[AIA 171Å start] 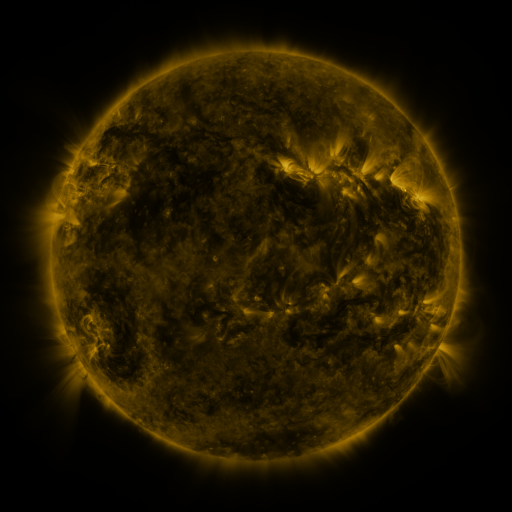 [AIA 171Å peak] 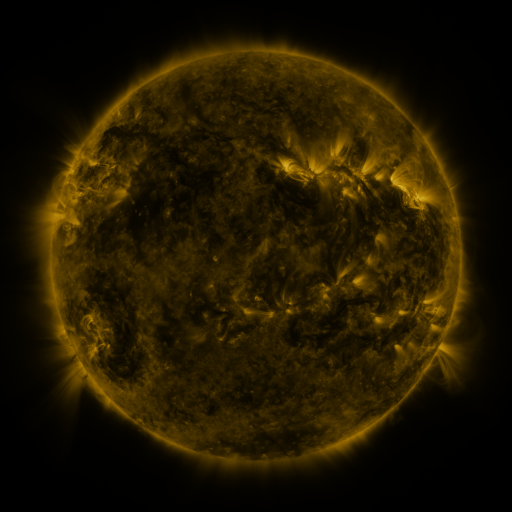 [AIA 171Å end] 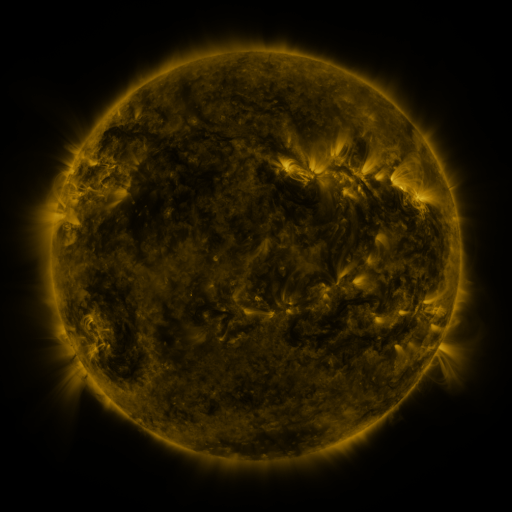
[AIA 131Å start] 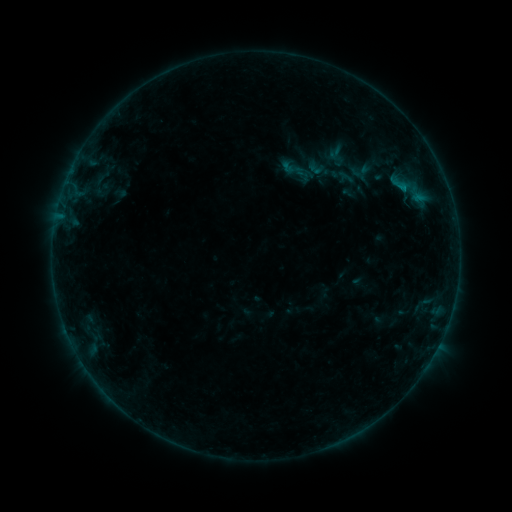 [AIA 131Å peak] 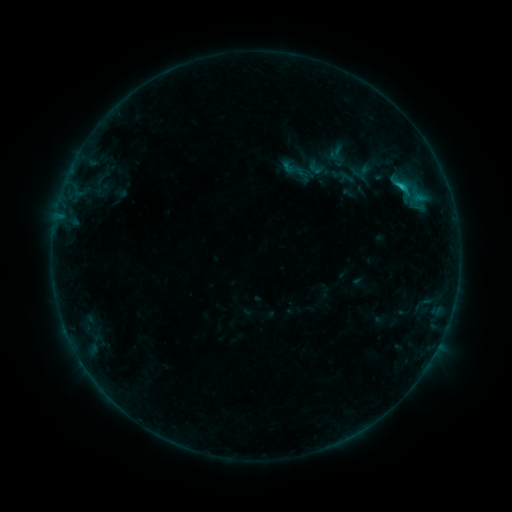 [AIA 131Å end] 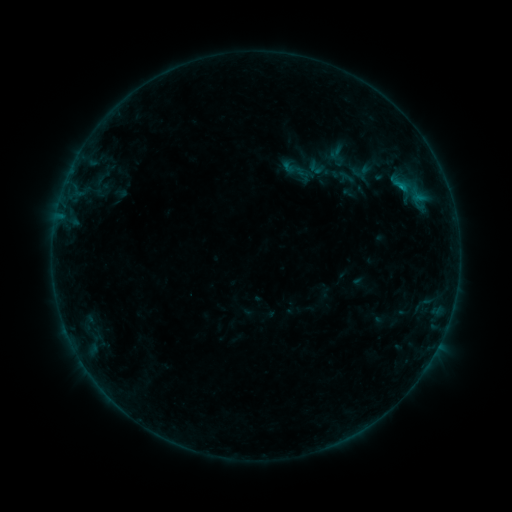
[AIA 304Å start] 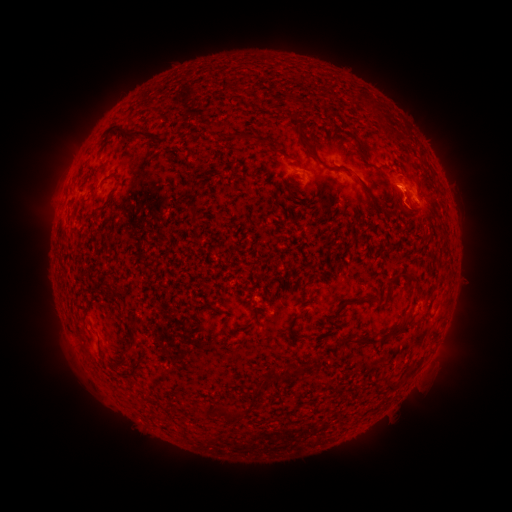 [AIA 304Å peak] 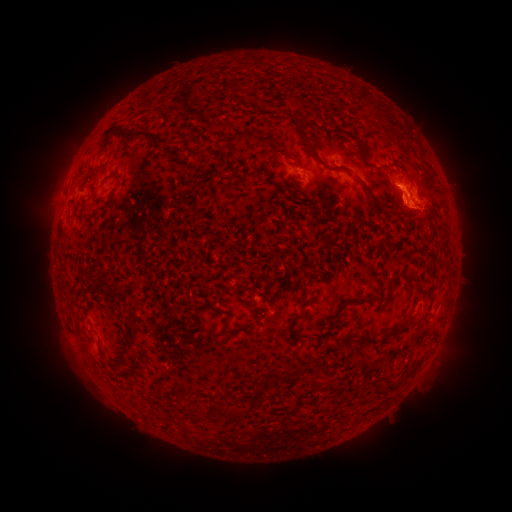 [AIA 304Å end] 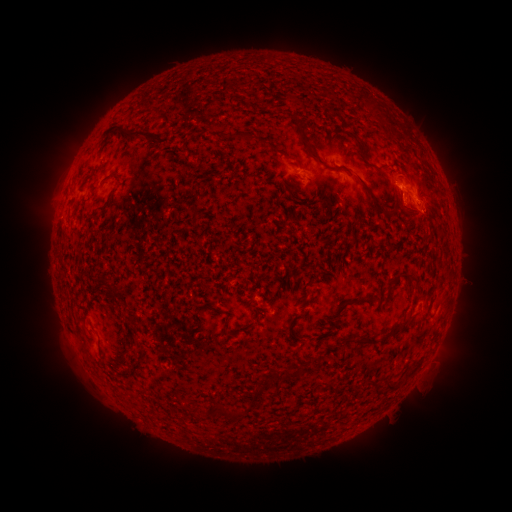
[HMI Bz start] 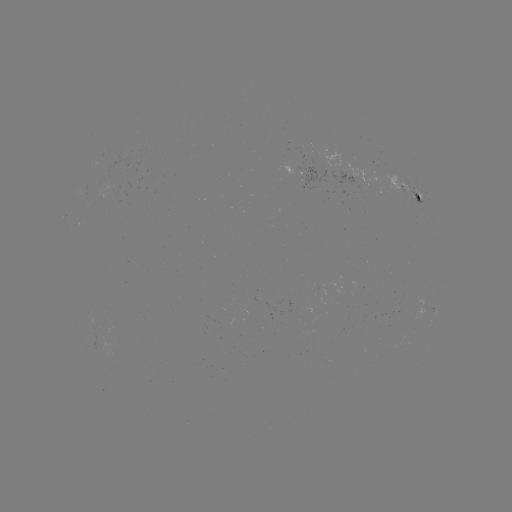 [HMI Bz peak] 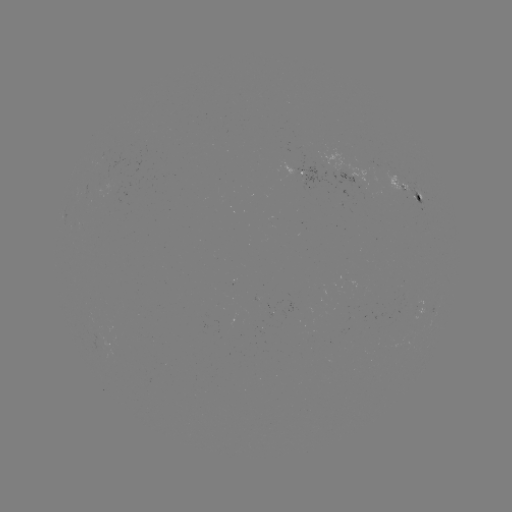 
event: flare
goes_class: B7.4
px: (402, 189)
